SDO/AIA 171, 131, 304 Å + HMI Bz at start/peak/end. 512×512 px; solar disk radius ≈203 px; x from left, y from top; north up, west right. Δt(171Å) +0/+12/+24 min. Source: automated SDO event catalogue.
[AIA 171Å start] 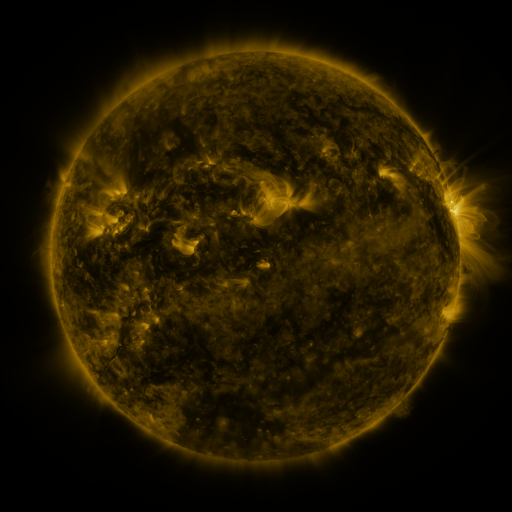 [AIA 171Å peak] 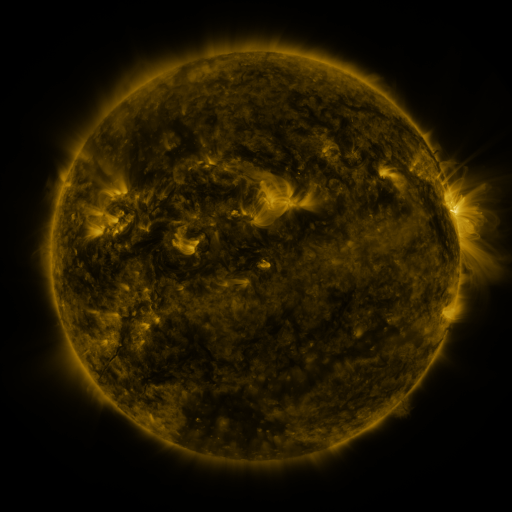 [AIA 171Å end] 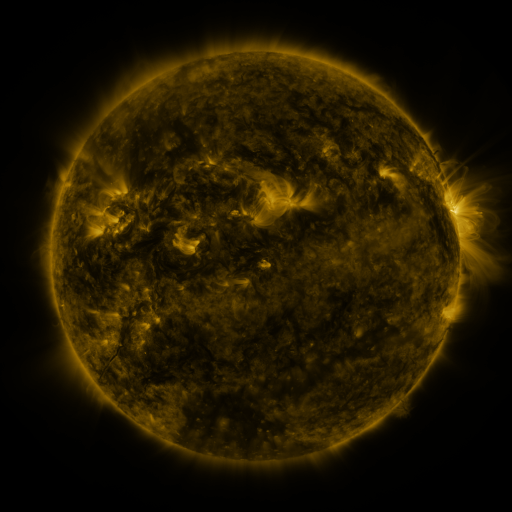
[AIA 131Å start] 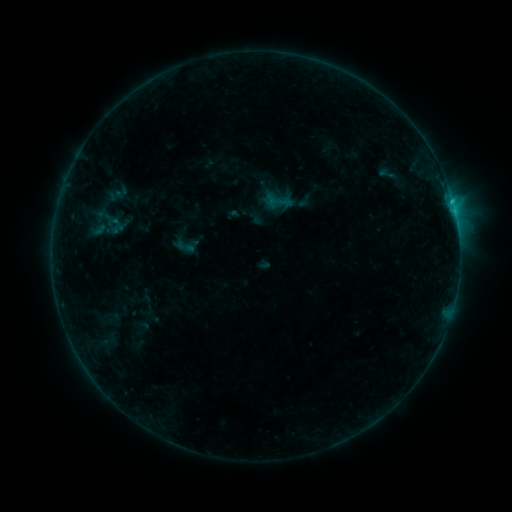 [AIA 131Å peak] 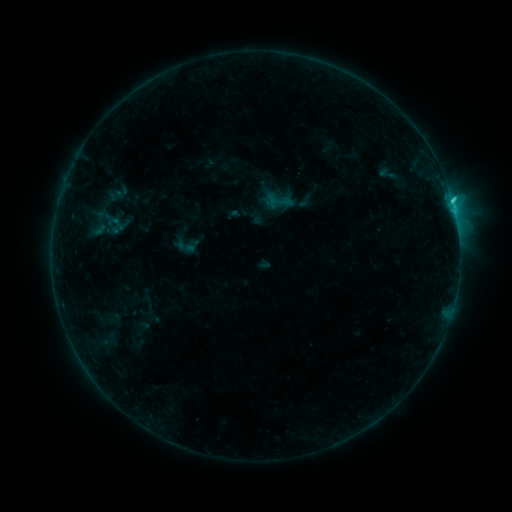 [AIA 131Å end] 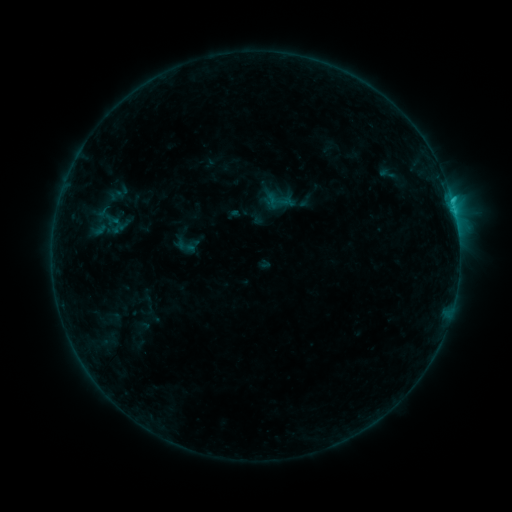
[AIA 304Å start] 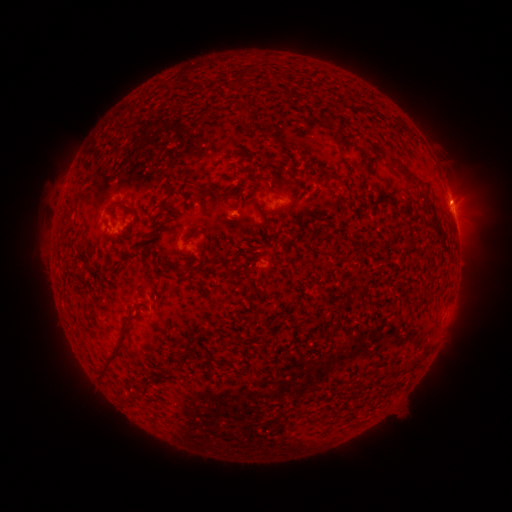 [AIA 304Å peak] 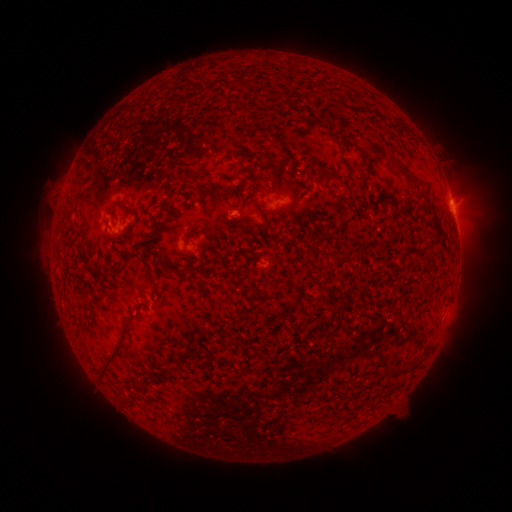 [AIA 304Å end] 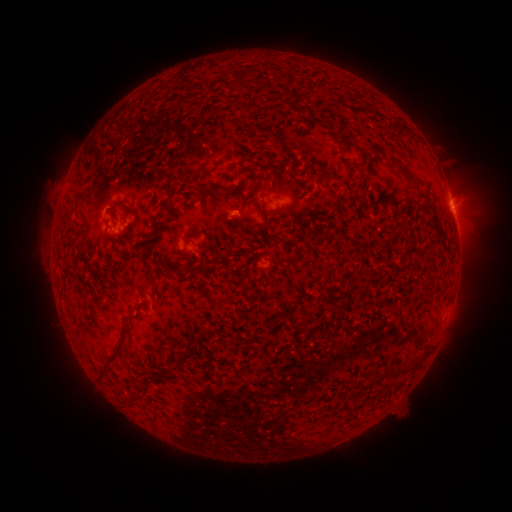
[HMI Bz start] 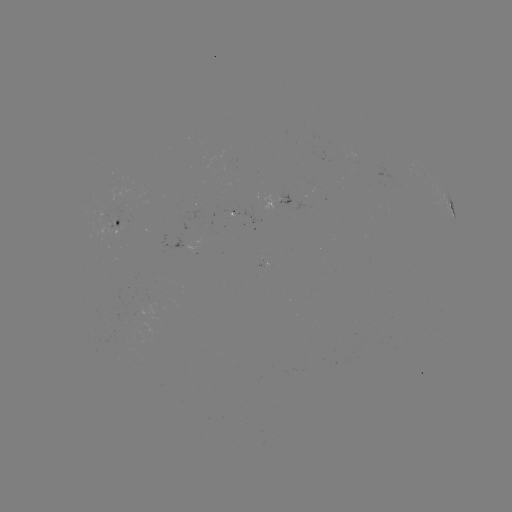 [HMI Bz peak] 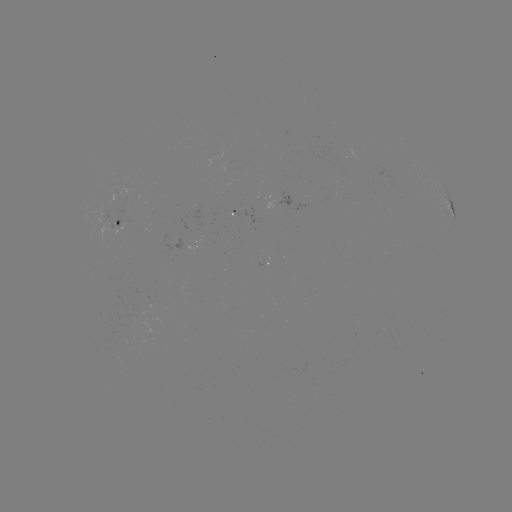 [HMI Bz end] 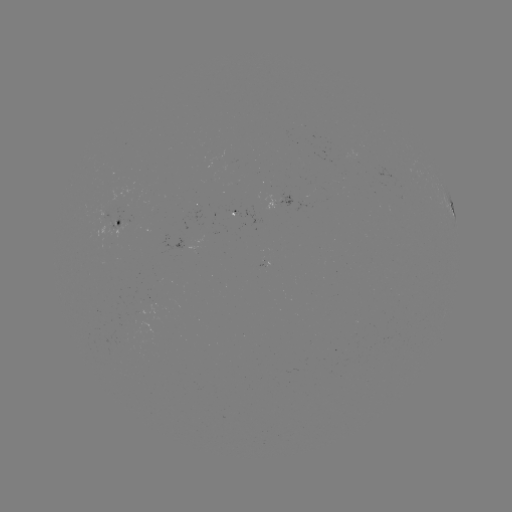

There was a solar flare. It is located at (451, 202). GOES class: C1.3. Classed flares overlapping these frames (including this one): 1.